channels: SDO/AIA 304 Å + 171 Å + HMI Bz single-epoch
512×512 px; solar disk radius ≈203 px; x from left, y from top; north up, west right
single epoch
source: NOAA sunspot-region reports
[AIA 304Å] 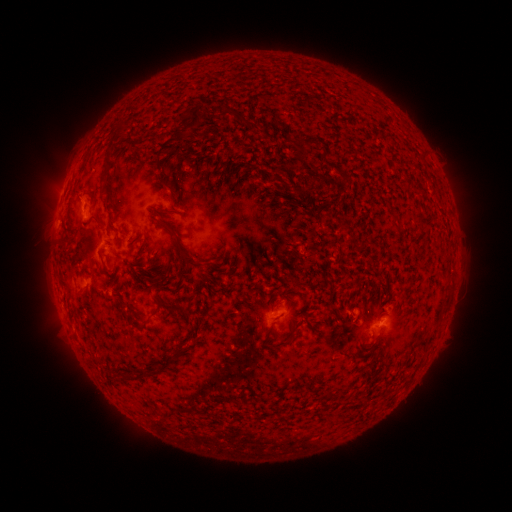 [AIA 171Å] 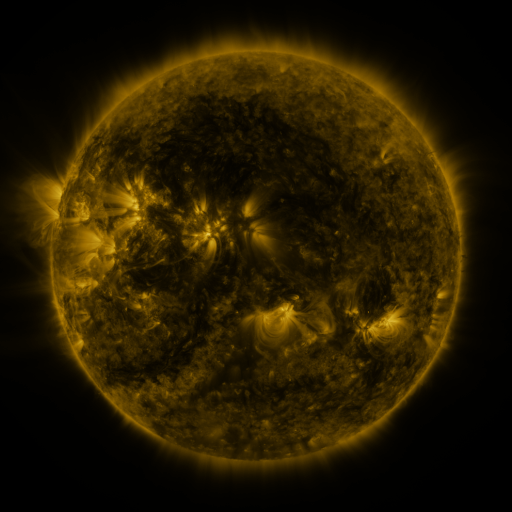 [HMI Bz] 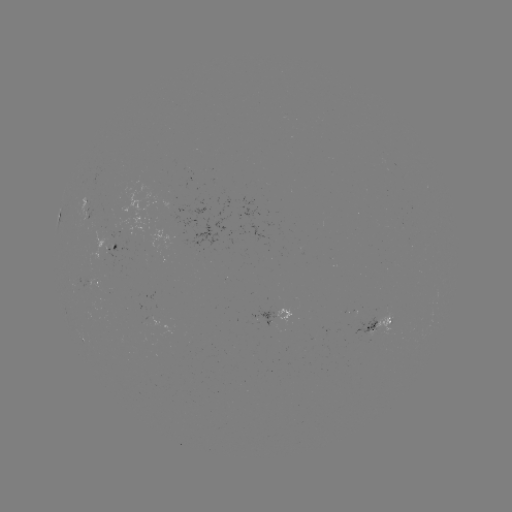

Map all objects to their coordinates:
spotted active region: (115, 249)
spotted active region: (100, 286)
spotted active region: (280, 314)
spotted active region: (379, 323)
